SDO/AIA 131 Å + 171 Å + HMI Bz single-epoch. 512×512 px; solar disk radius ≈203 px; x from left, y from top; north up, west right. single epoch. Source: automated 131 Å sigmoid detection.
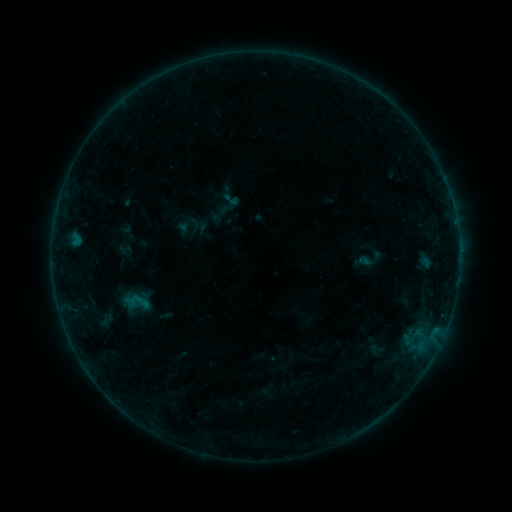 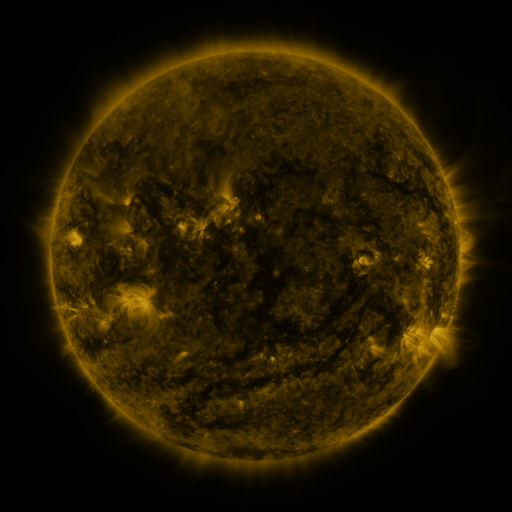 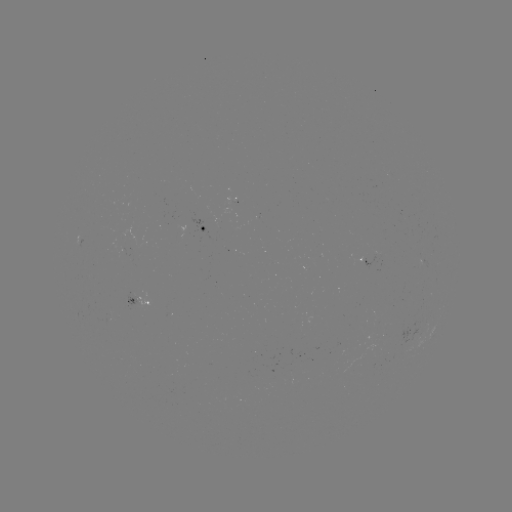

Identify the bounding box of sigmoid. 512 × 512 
[221, 189, 241, 209].